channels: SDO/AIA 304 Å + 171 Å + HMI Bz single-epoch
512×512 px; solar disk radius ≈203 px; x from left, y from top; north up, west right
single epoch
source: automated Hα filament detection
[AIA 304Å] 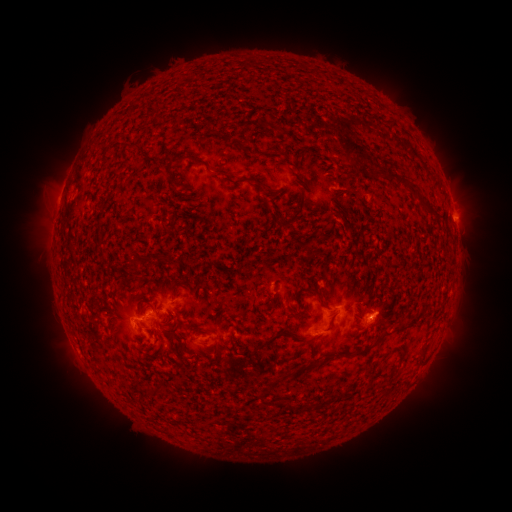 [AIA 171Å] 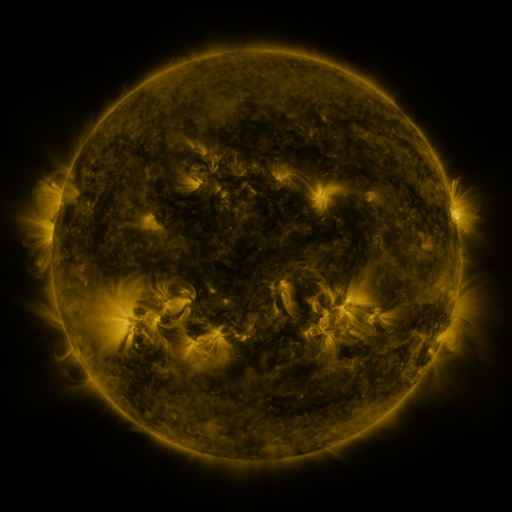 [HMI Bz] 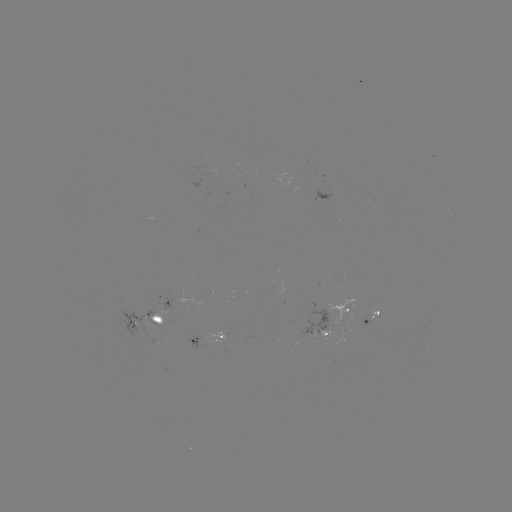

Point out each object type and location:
filament: (233, 143)
filament: (137, 147)
filament: (352, 147)
filament: (219, 172)
filament: (169, 175)
filament: (392, 175)
filament: (237, 182)
filament: (173, 185)
filament: (335, 189)
filament: (425, 203)
filament: (294, 215)
filament: (187, 279)
filament: (318, 292)
filament: (136, 306)
filament: (237, 315)
filament: (402, 324)
filament: (229, 330)
filament: (169, 332)
filament: (286, 332)
filament: (236, 341)
filament: (375, 342)
filament: (427, 344)
filament: (403, 353)
filament: (316, 362)
filament: (152, 391)
filament: (165, 392)
